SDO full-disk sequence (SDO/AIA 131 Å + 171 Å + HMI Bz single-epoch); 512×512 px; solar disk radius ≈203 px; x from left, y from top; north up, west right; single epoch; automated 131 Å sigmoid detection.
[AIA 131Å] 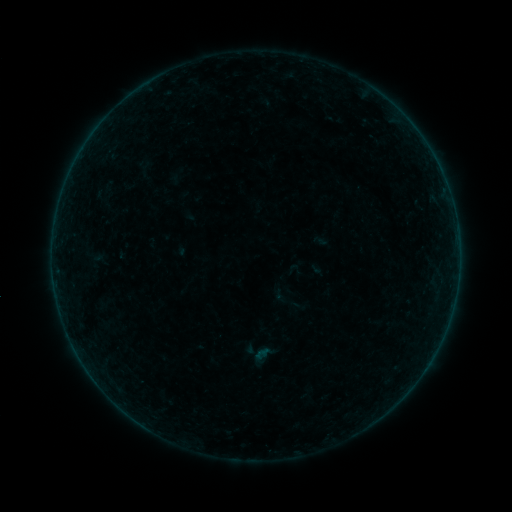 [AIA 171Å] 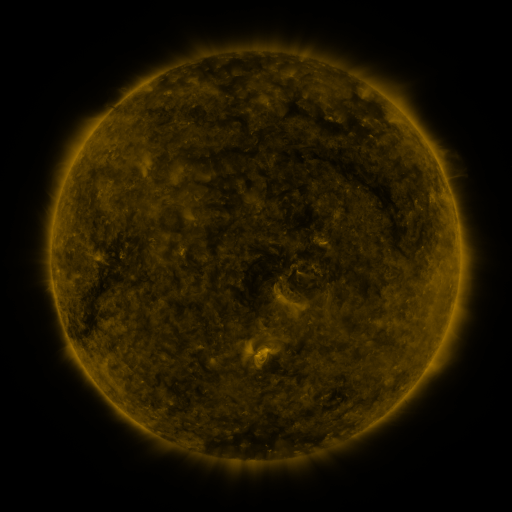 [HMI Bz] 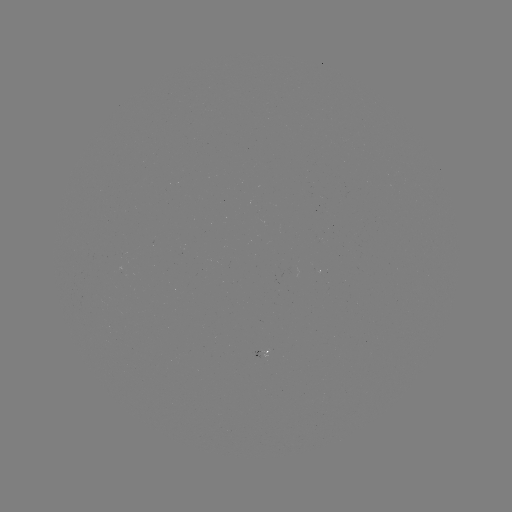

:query sigmoid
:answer [281, 294]